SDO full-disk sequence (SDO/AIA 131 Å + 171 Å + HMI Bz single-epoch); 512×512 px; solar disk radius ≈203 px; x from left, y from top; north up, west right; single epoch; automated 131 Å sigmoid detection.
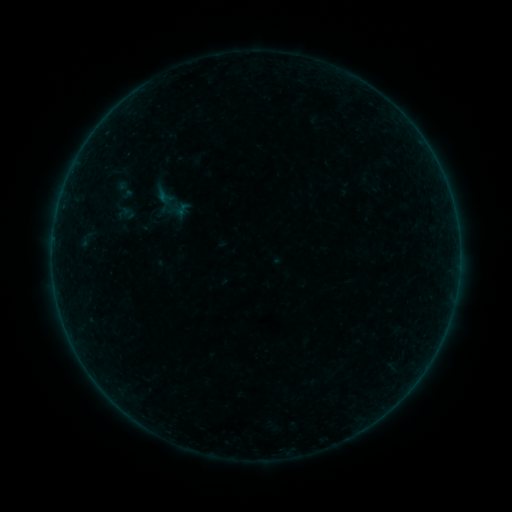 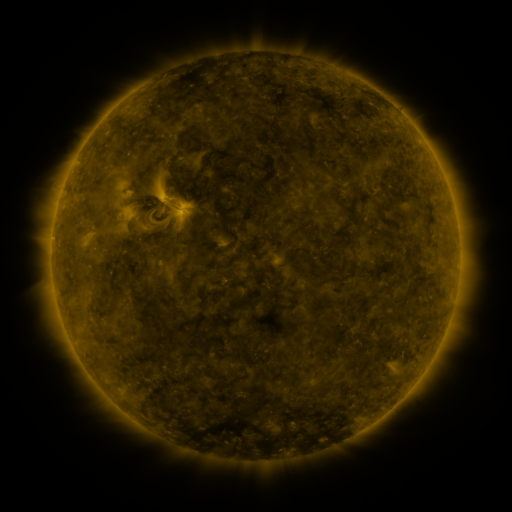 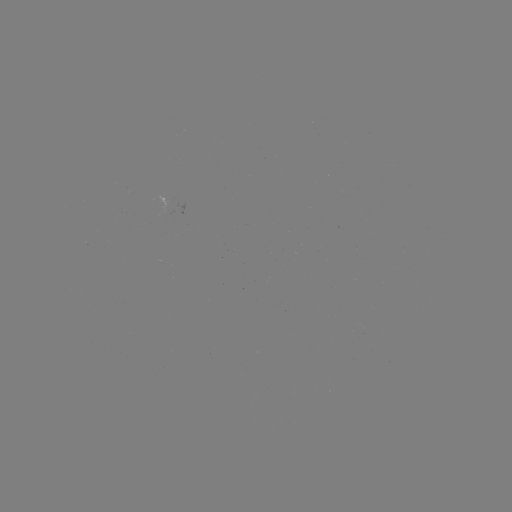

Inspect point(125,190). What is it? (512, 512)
sigmoid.